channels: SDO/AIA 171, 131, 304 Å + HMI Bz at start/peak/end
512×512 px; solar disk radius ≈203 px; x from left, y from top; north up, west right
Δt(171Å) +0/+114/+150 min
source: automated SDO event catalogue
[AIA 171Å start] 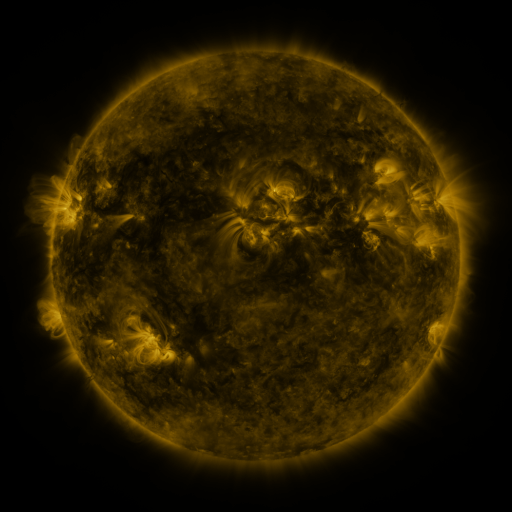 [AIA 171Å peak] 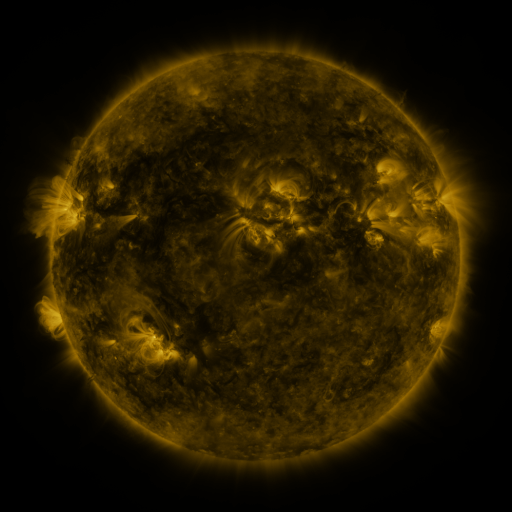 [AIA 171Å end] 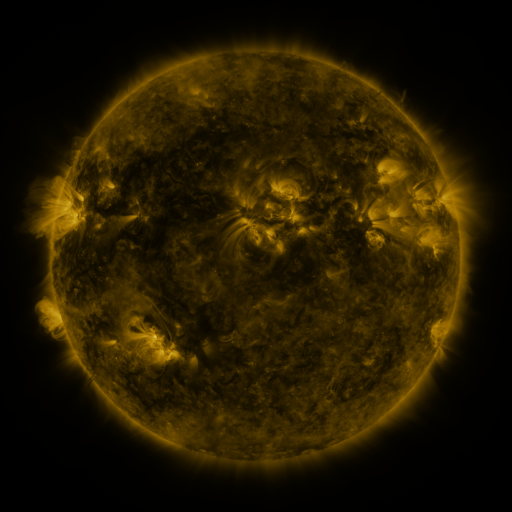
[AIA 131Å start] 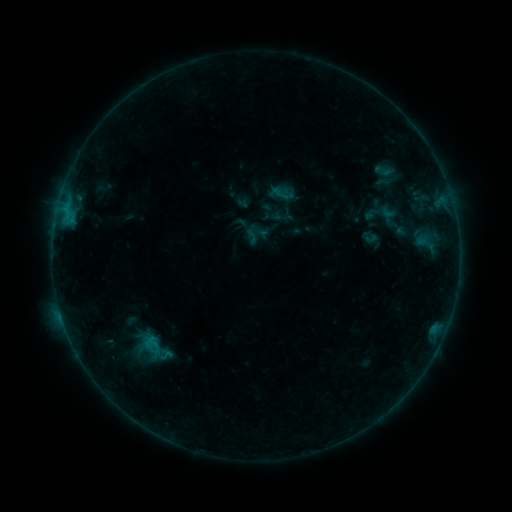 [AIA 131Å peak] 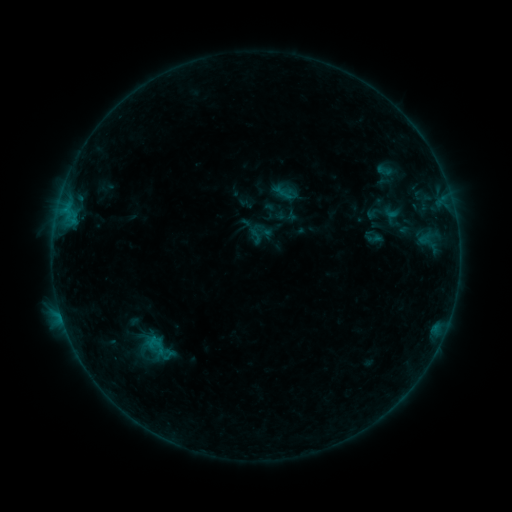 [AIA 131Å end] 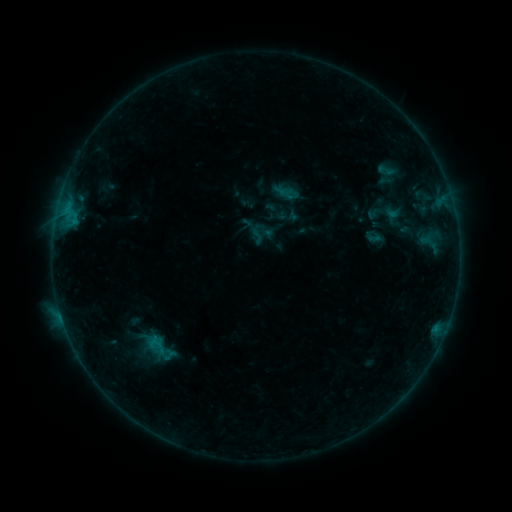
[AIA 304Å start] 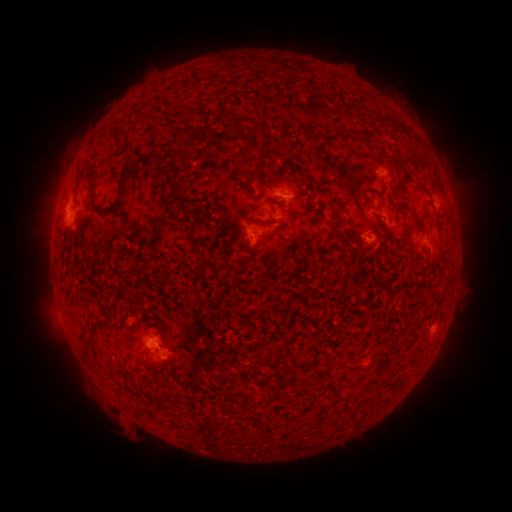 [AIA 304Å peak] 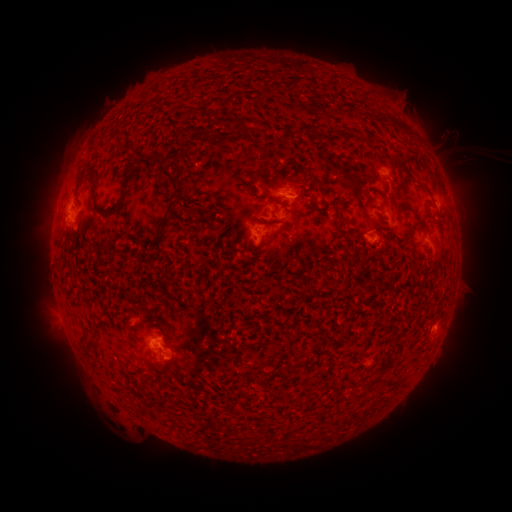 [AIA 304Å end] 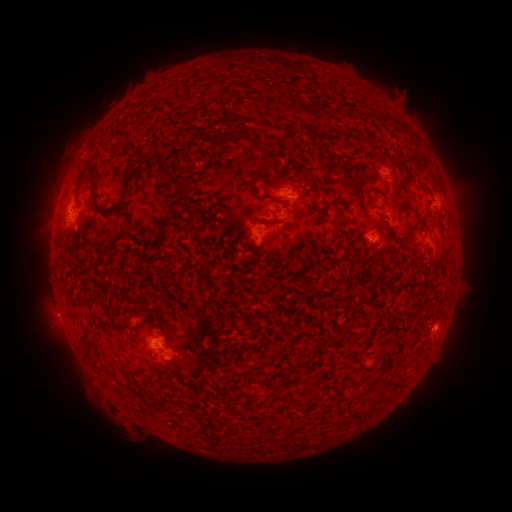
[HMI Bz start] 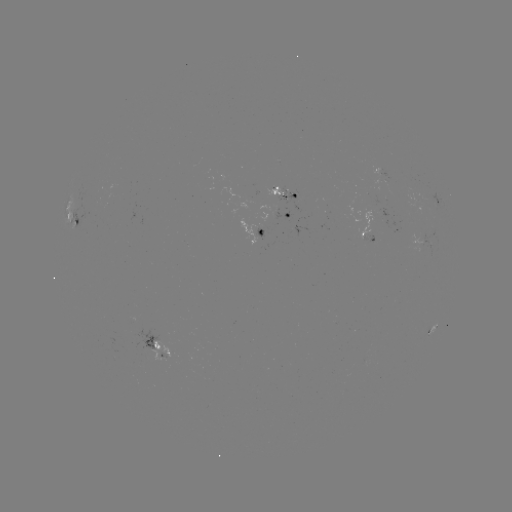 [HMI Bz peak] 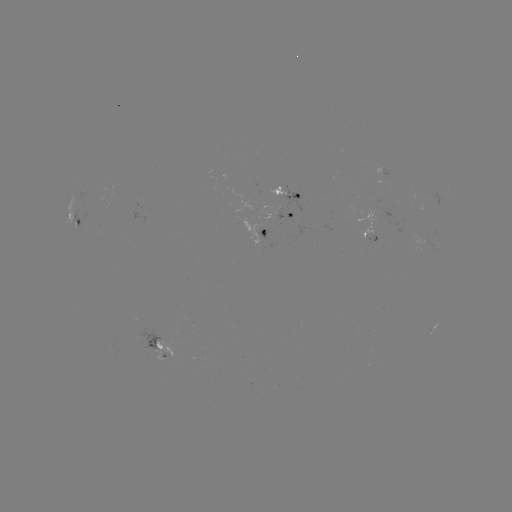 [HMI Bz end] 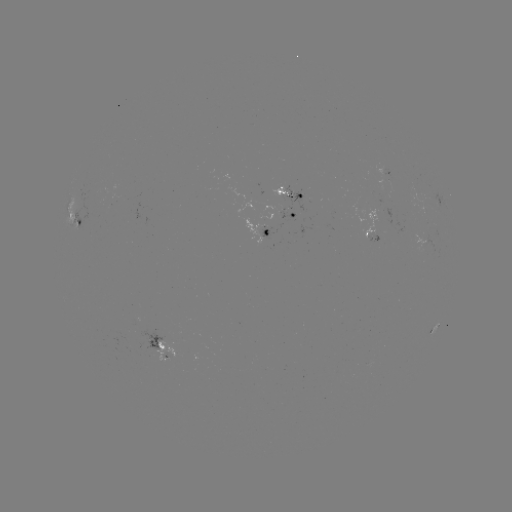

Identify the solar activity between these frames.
emerging-flux region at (380, 219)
